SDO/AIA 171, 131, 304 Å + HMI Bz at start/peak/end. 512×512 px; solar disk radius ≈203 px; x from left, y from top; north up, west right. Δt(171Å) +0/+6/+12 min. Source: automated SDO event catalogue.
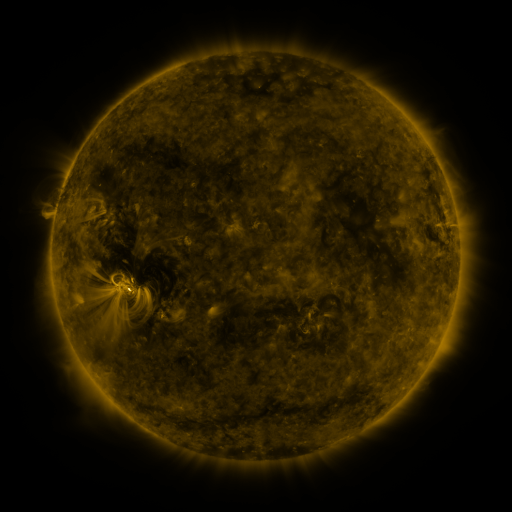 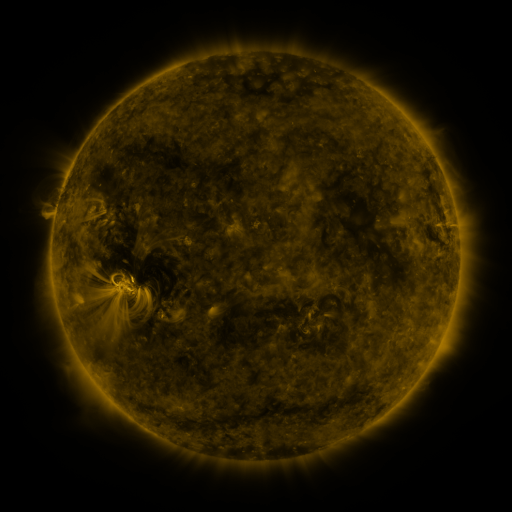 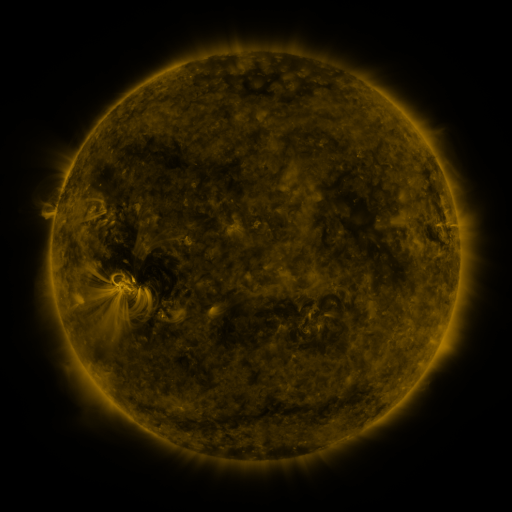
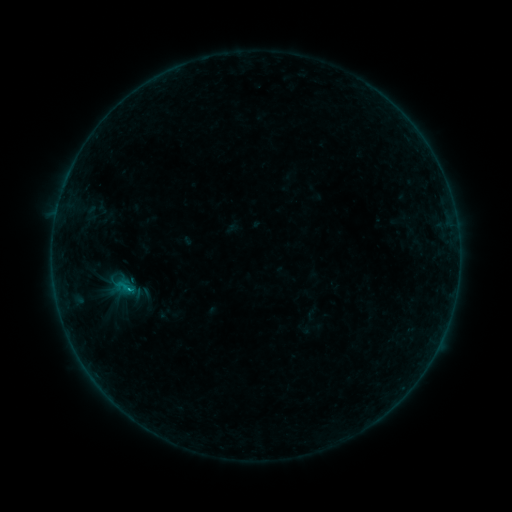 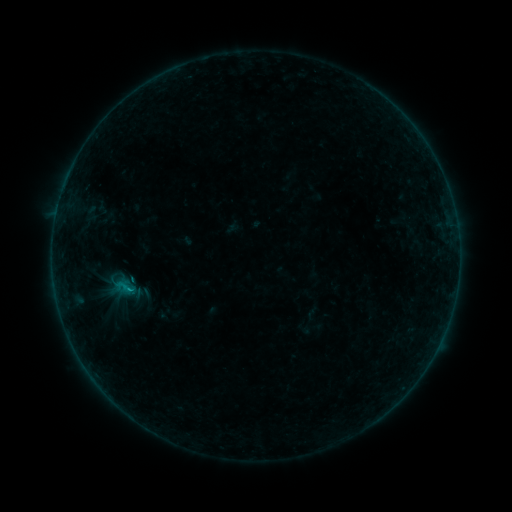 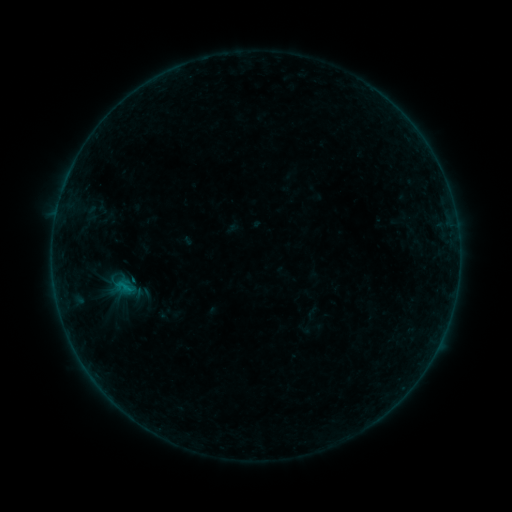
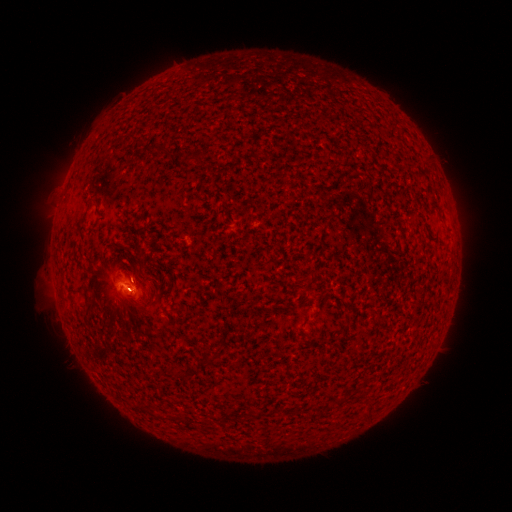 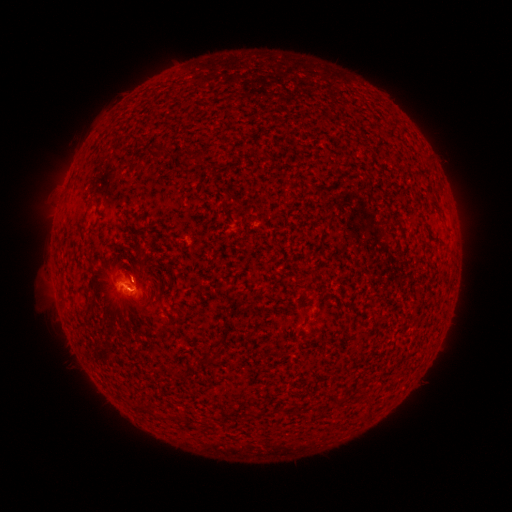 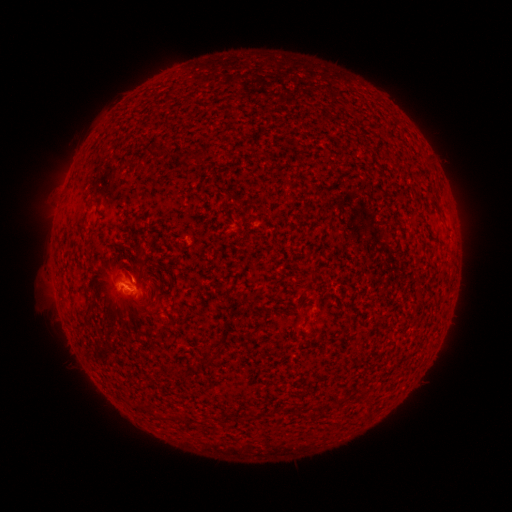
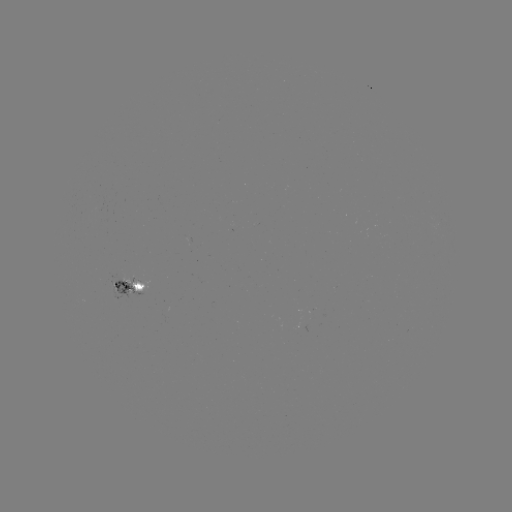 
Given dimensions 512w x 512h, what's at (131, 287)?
B4.5 flare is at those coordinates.